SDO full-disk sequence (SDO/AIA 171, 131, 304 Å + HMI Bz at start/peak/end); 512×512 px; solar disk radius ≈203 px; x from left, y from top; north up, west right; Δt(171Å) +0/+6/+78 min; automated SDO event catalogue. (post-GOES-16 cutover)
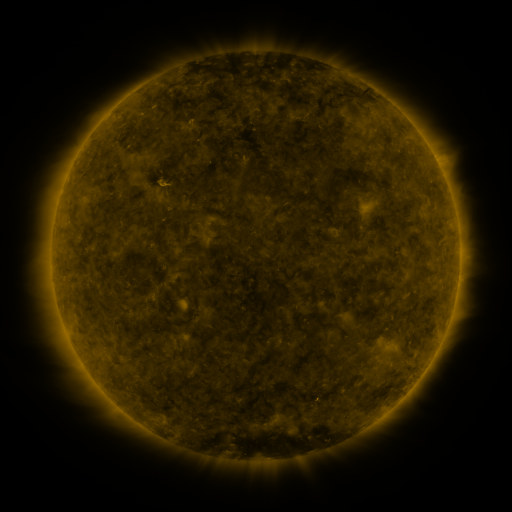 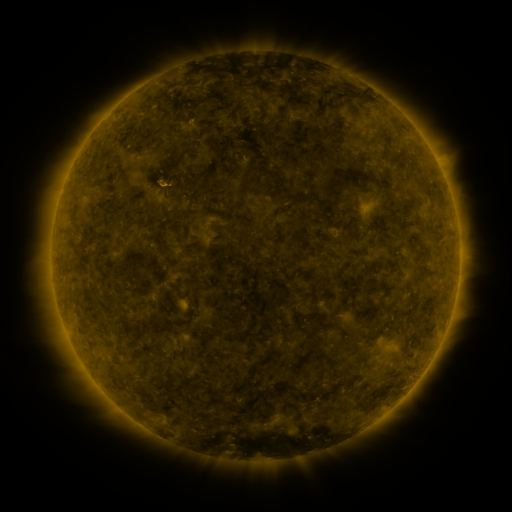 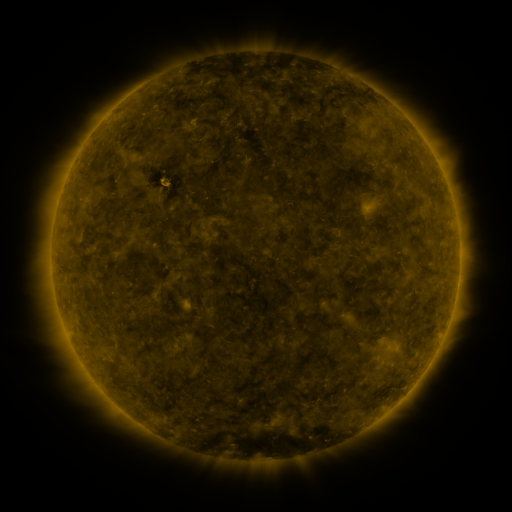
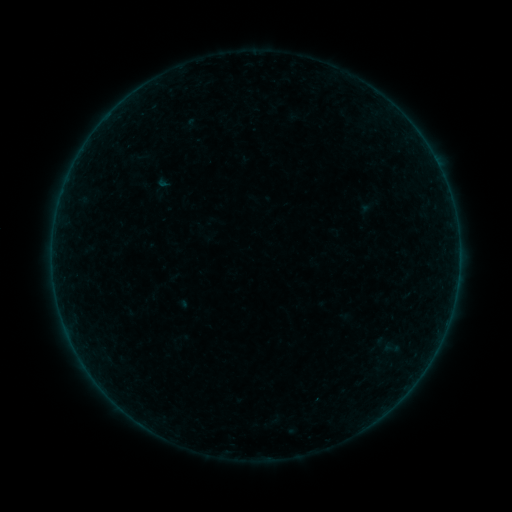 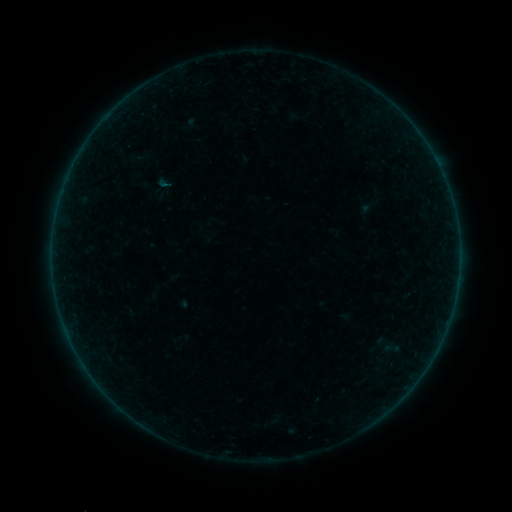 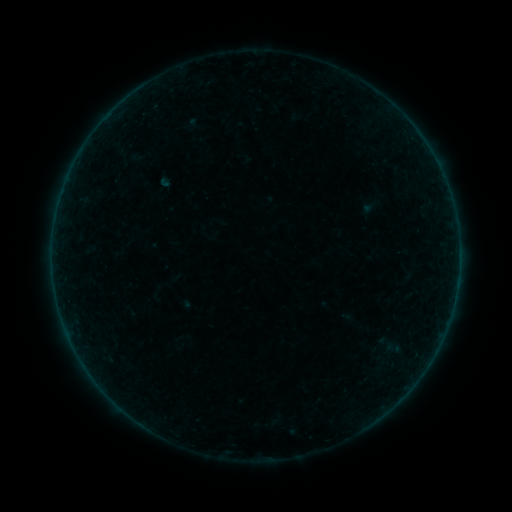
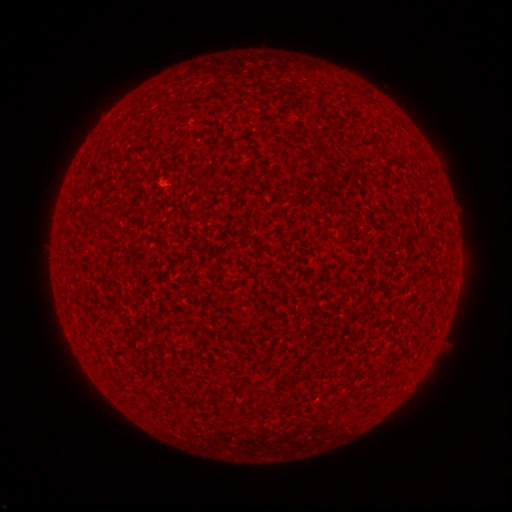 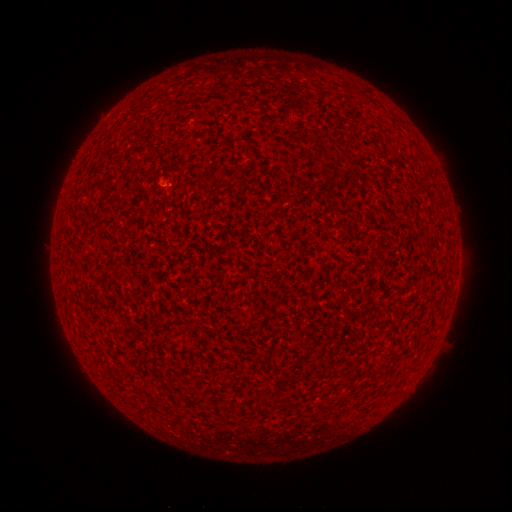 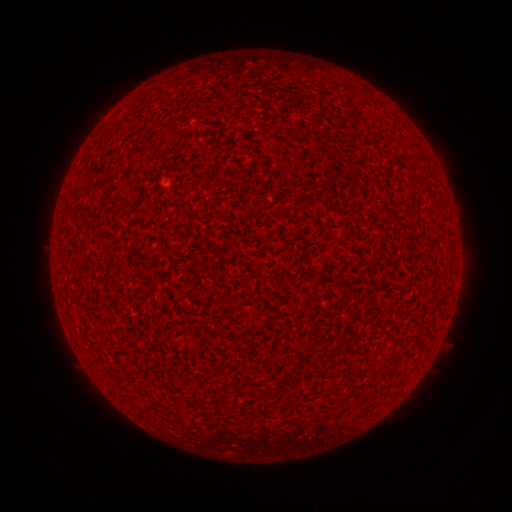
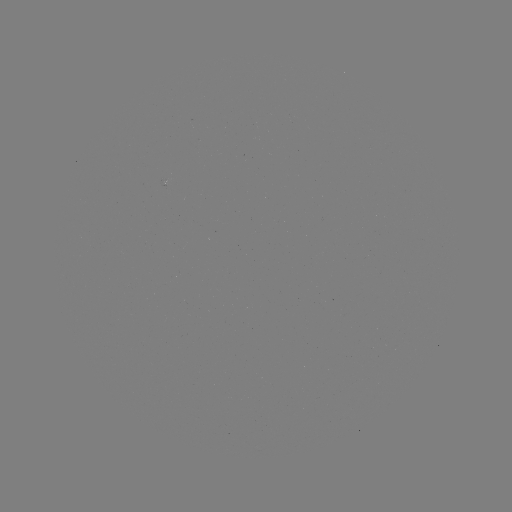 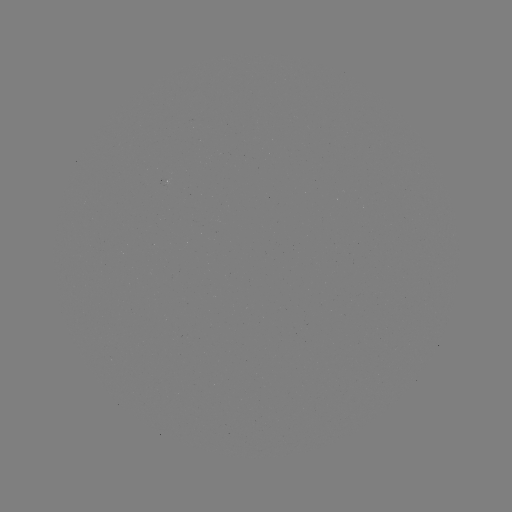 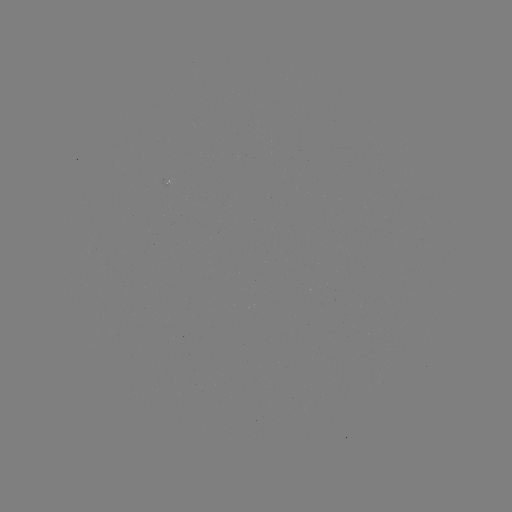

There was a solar flare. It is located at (166, 188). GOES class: B1.0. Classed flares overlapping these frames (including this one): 2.